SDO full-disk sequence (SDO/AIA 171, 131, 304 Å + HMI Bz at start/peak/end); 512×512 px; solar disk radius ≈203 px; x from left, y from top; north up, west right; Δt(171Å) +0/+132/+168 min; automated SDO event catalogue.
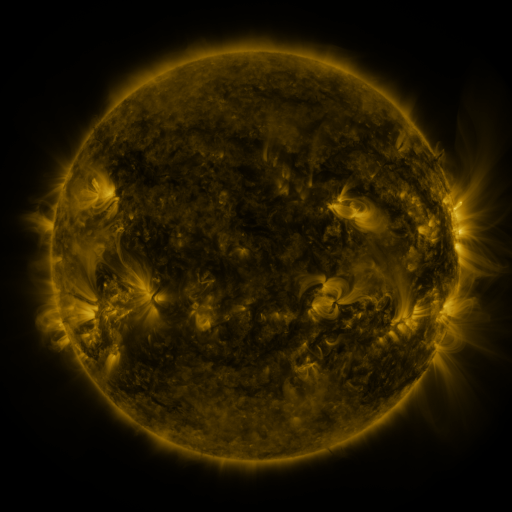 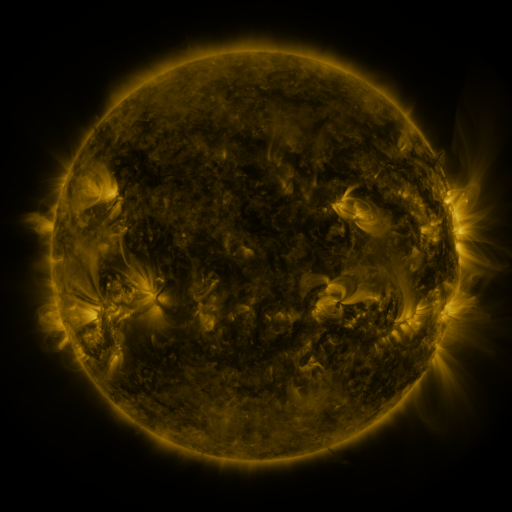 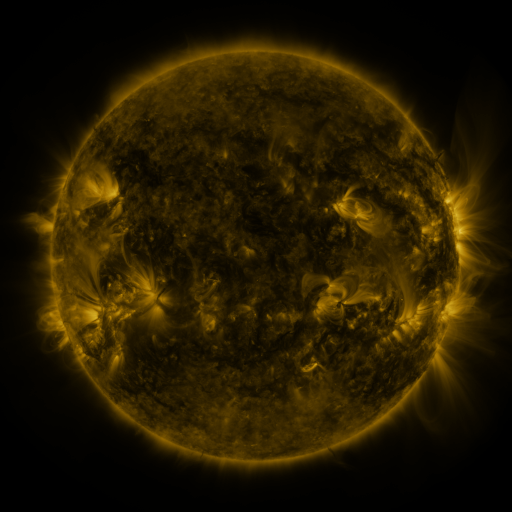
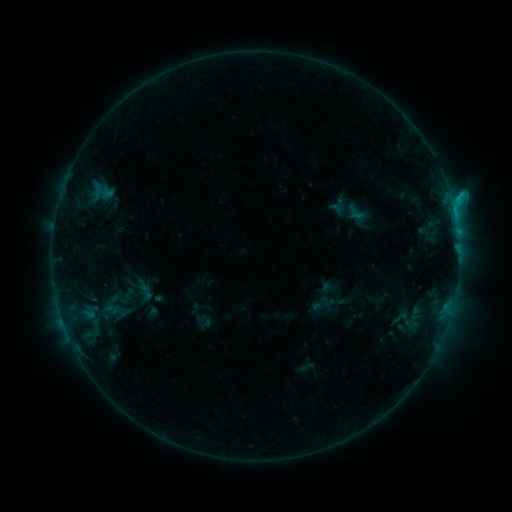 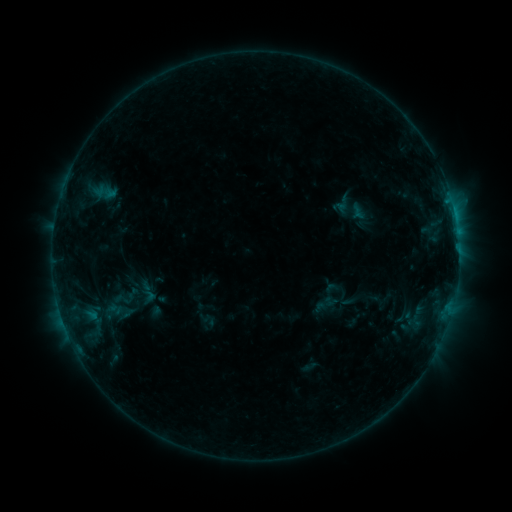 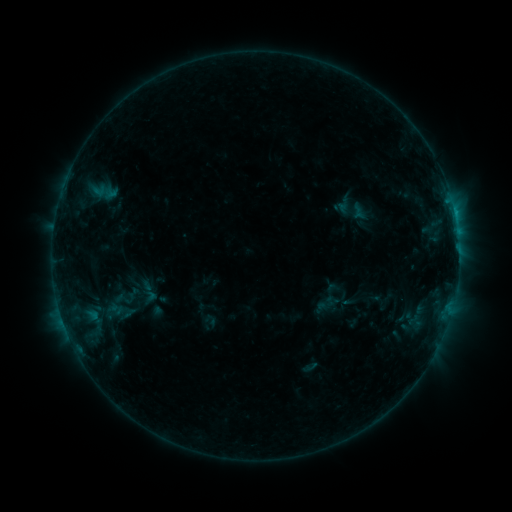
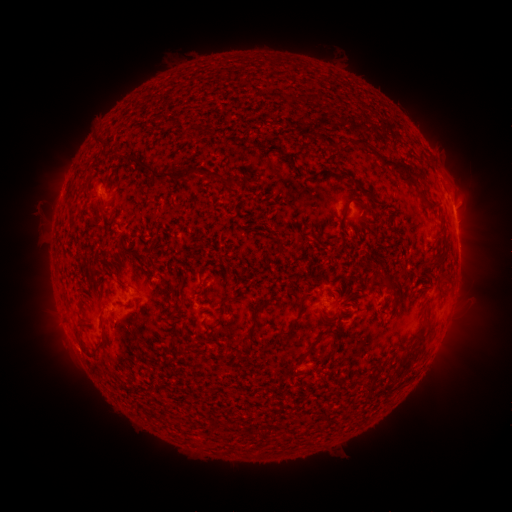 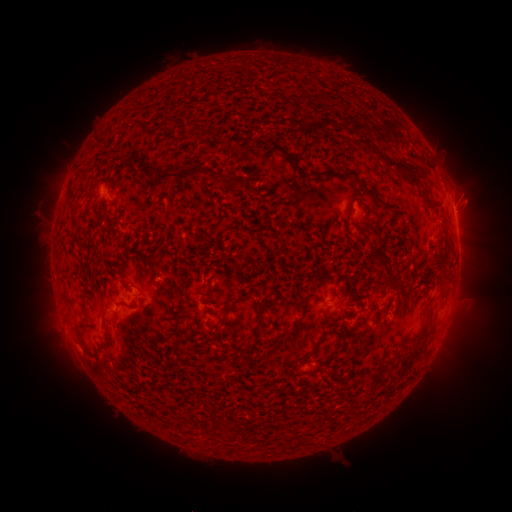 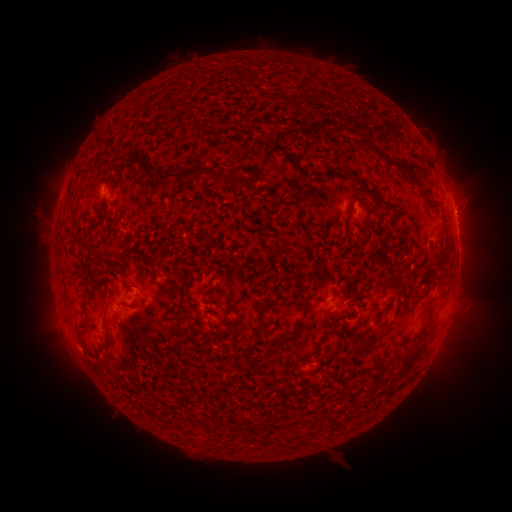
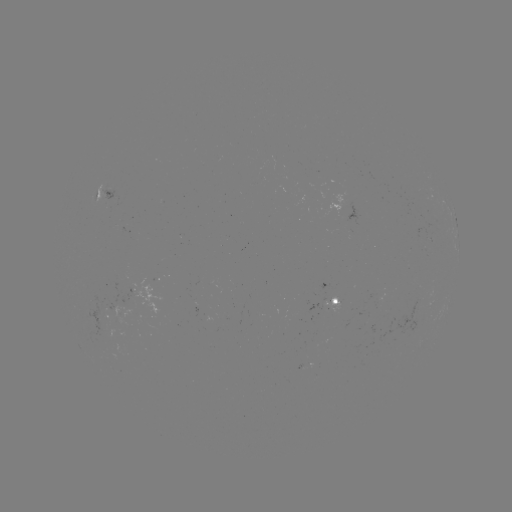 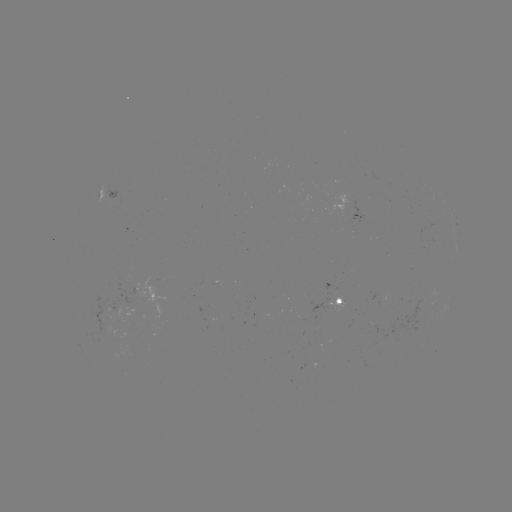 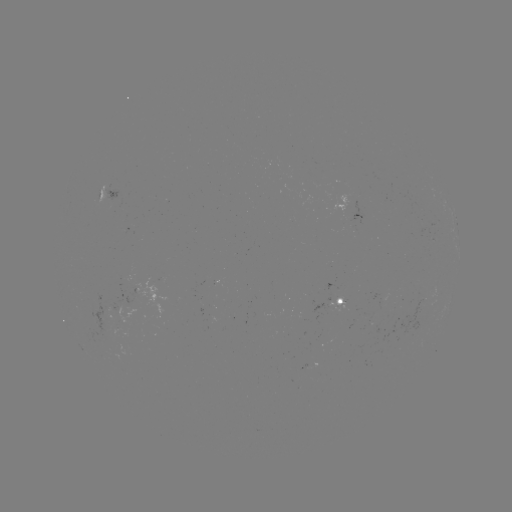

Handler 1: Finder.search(emerging-flux region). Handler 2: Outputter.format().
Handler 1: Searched emerging-flux region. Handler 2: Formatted [370, 319].